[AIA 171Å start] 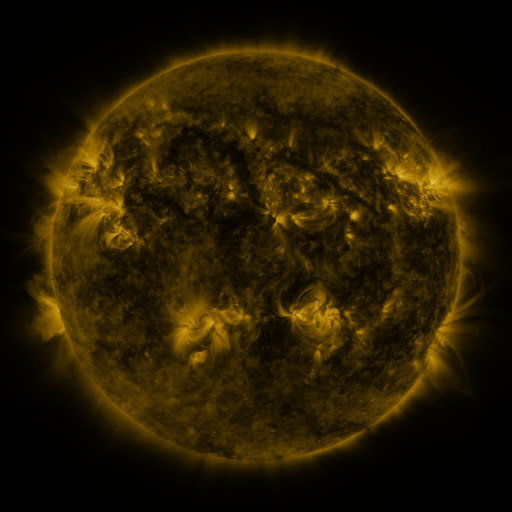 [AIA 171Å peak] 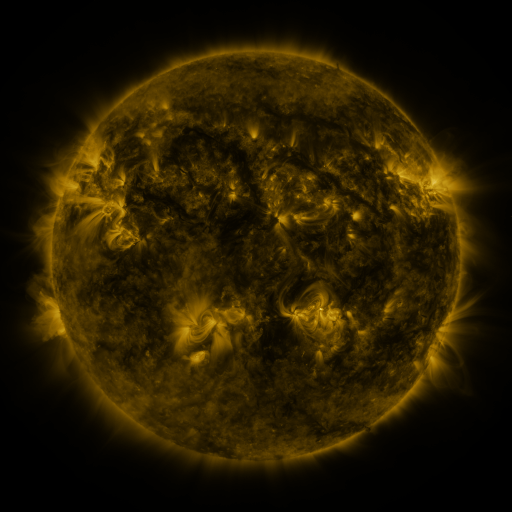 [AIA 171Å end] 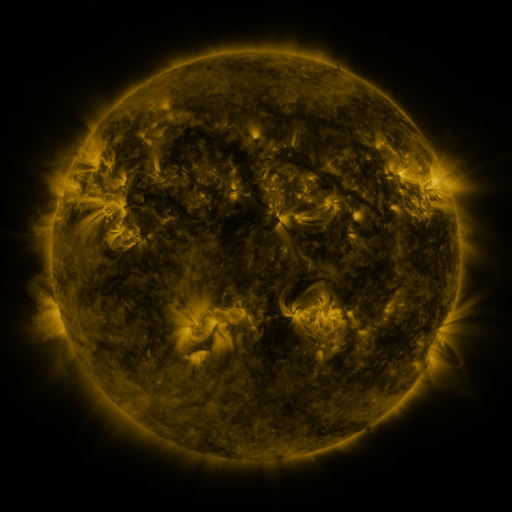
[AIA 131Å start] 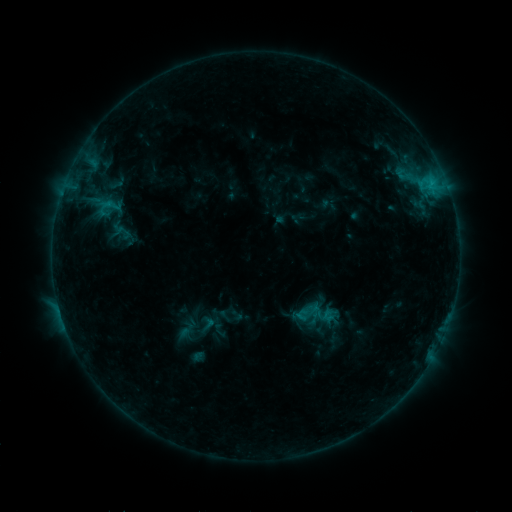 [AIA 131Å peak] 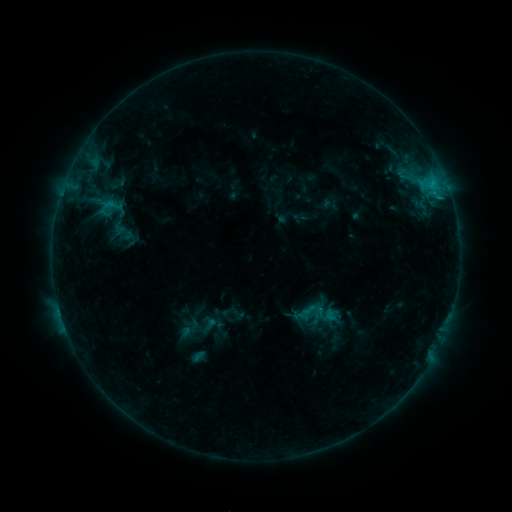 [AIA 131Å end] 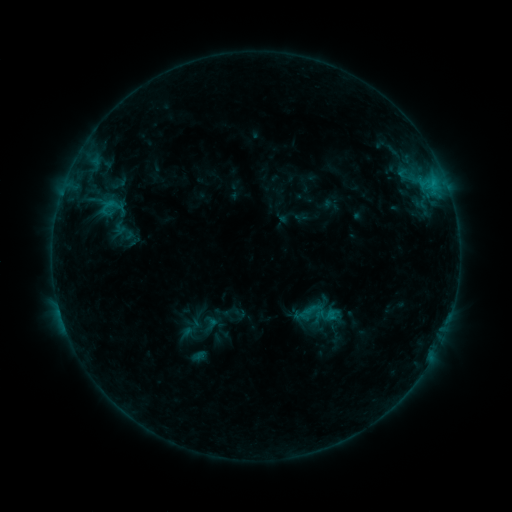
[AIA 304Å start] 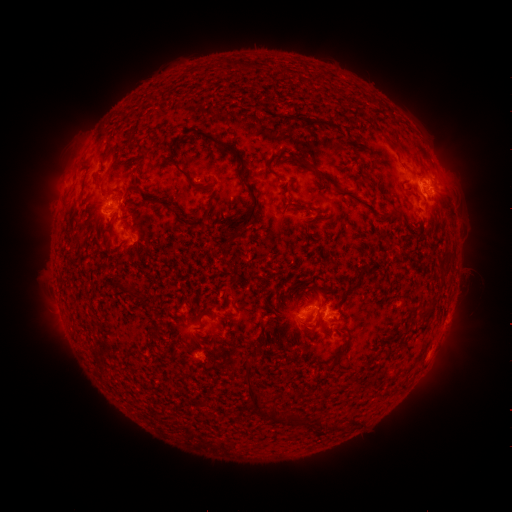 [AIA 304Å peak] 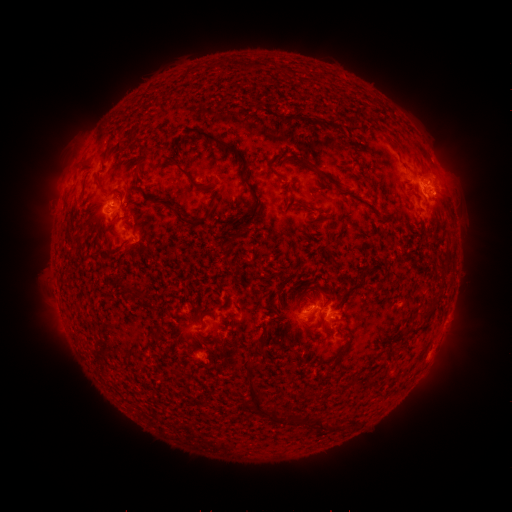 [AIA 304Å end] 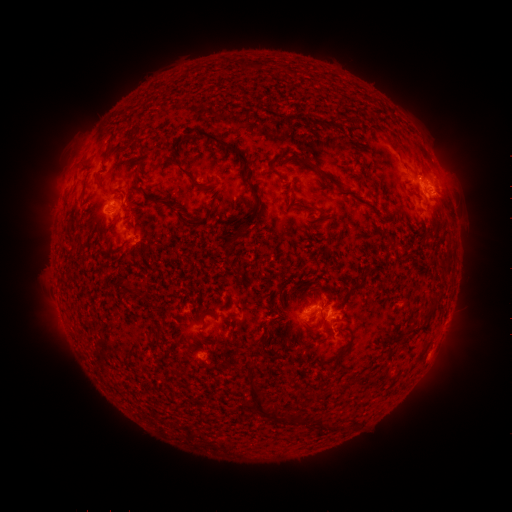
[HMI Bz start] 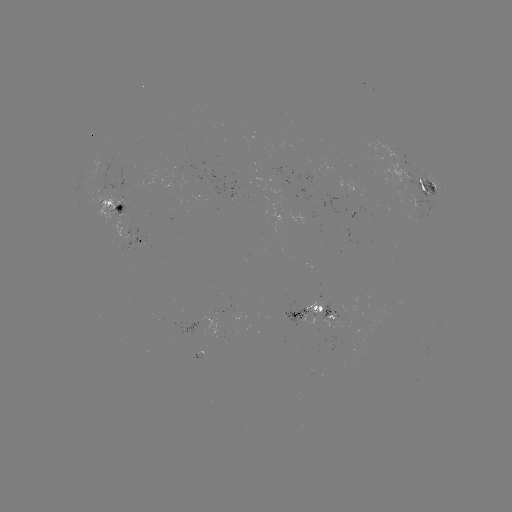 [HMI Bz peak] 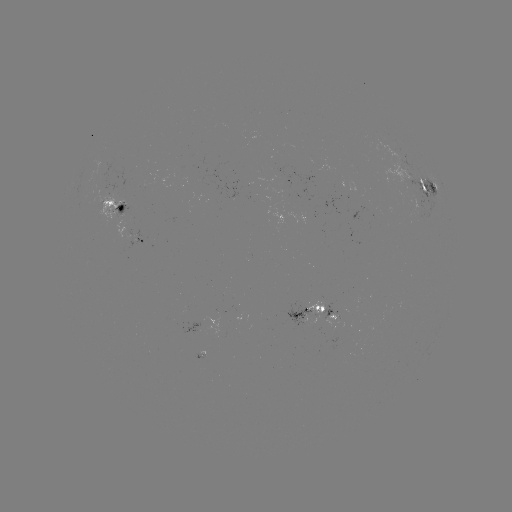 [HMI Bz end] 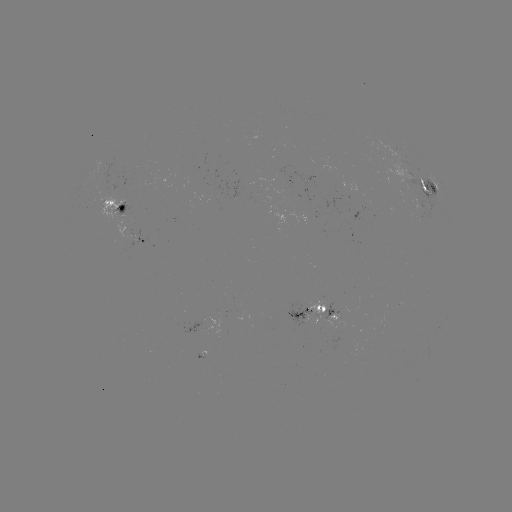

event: emerging-flux region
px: (107, 171)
